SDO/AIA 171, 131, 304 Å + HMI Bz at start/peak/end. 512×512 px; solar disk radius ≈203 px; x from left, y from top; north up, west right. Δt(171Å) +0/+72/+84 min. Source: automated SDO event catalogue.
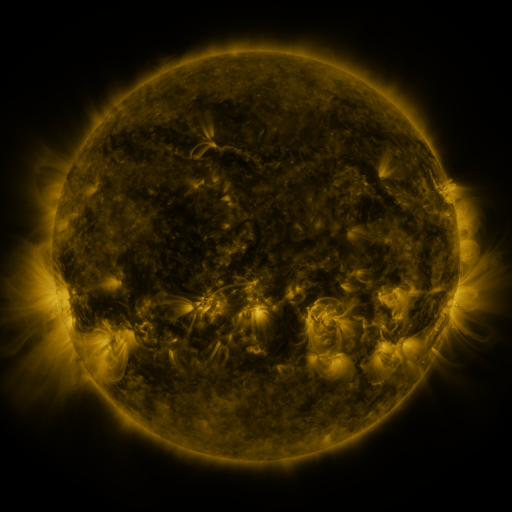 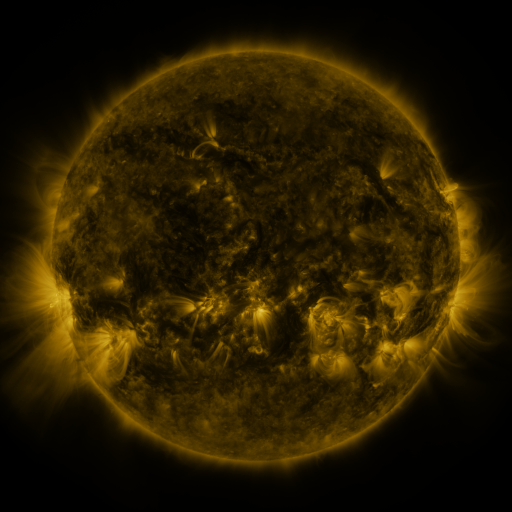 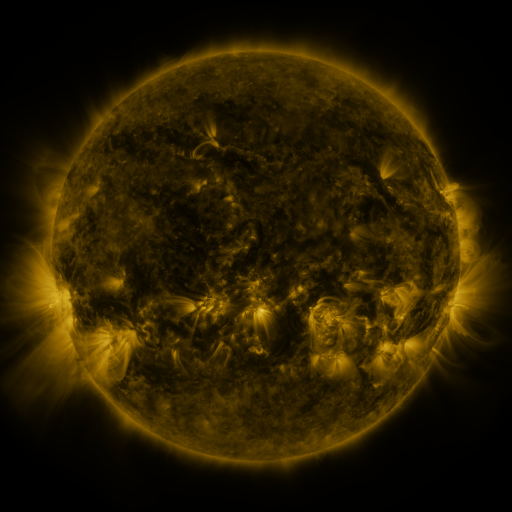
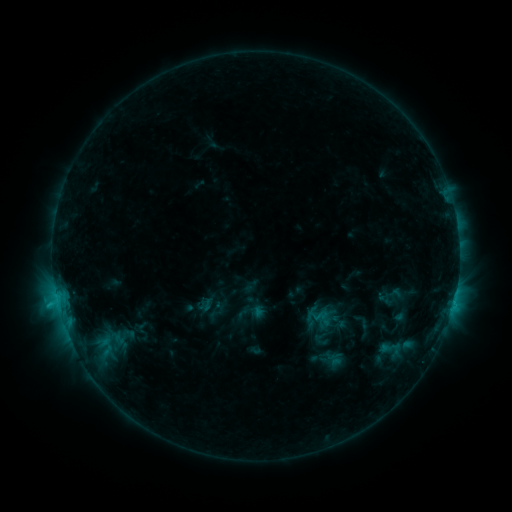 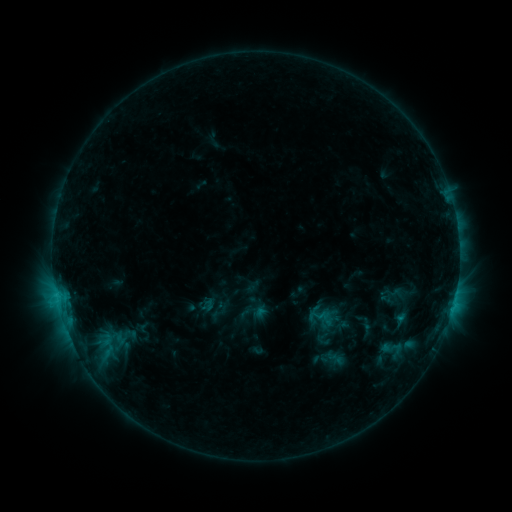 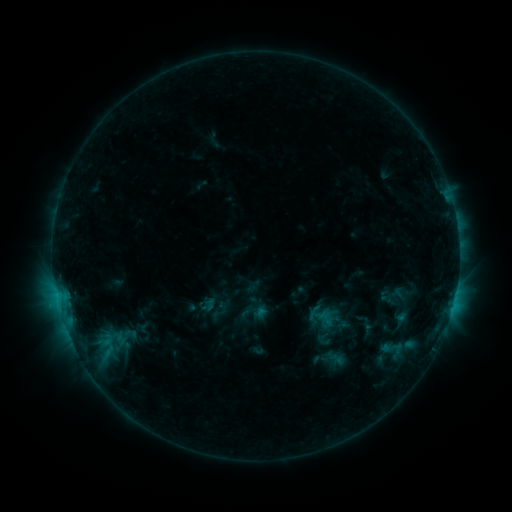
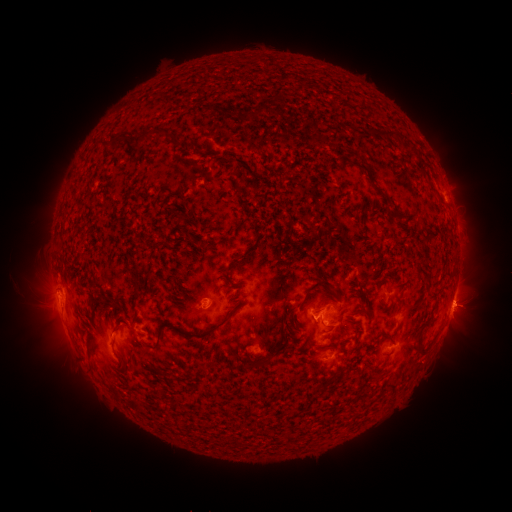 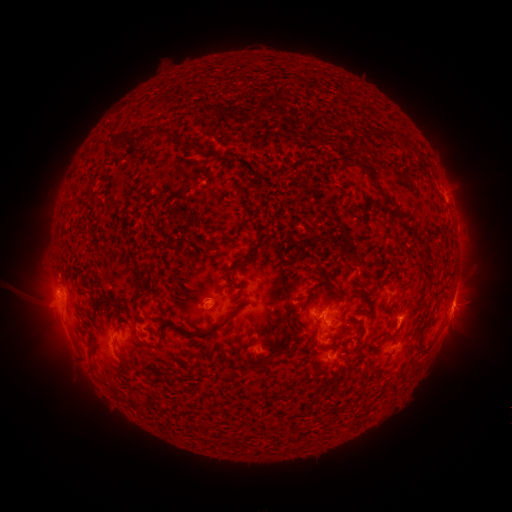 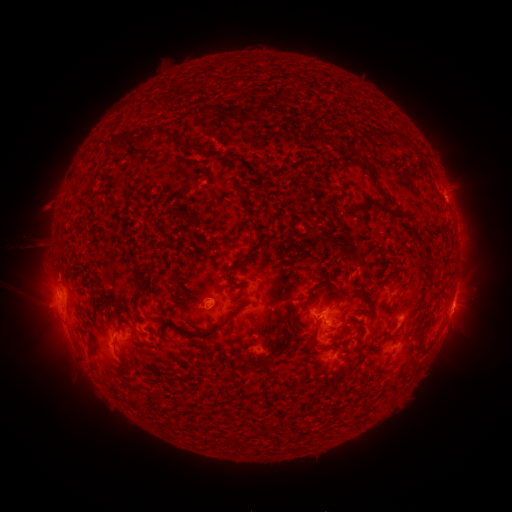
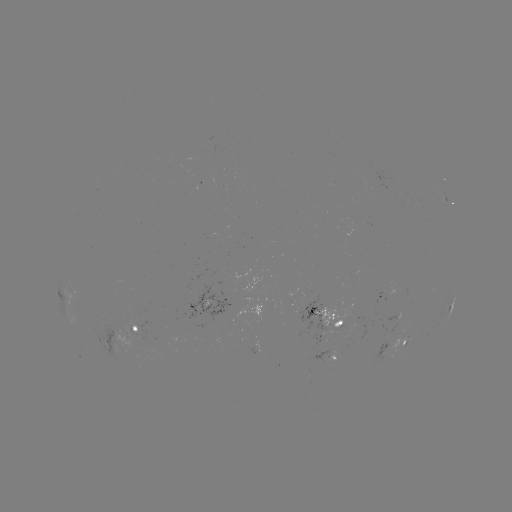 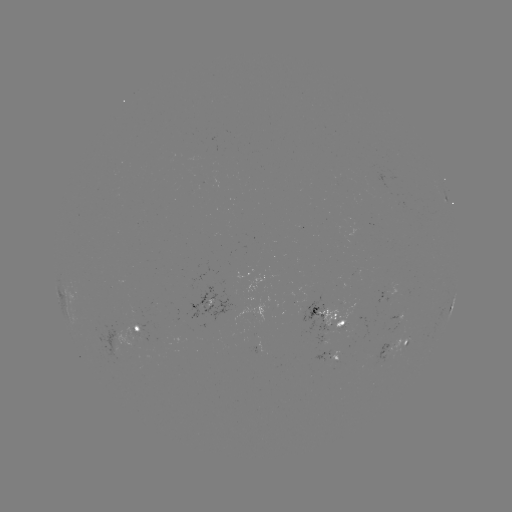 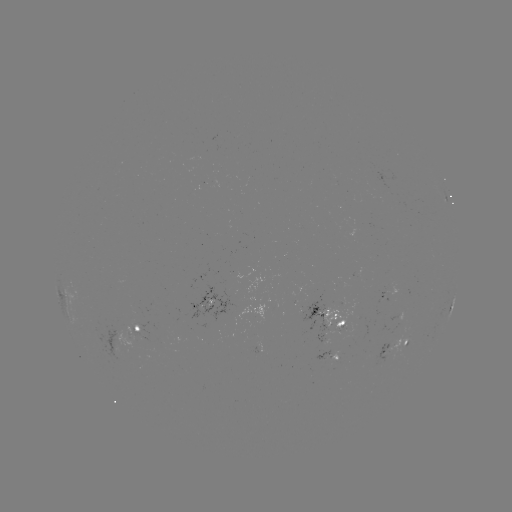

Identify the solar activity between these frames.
emerging-flux region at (384, 355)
